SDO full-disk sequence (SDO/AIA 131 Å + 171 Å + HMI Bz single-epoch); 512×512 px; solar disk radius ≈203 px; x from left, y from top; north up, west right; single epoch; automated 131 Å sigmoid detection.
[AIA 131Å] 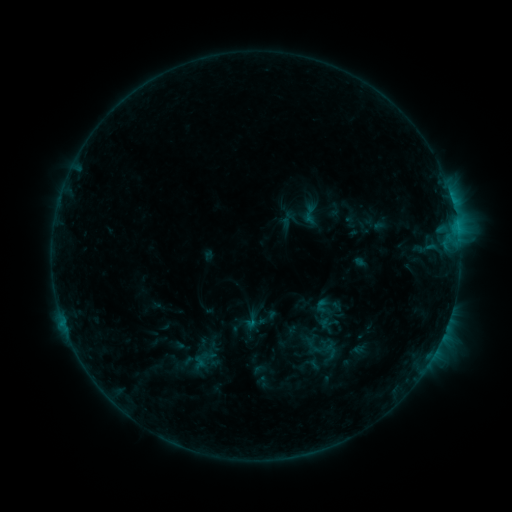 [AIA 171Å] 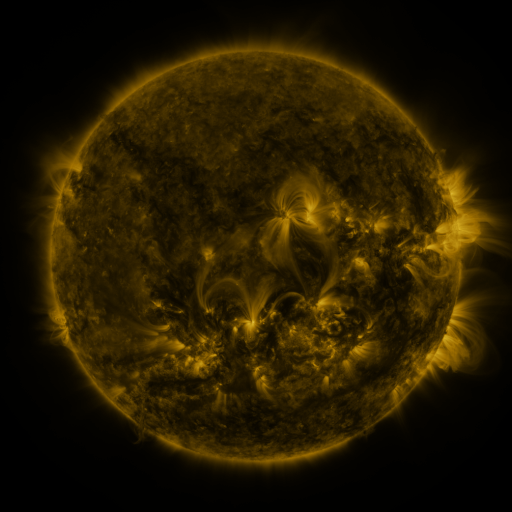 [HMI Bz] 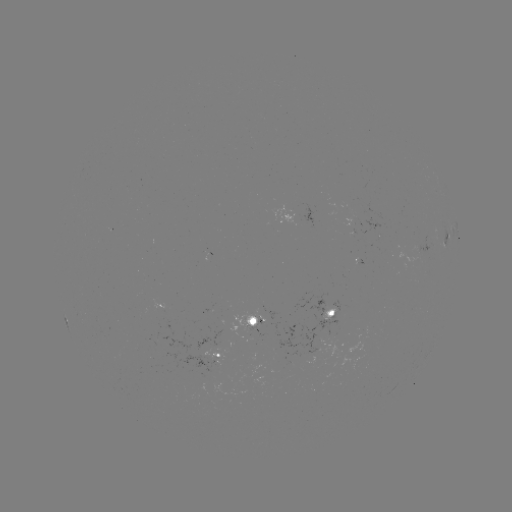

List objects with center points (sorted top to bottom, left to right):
sigmoid: [295, 202, 323, 226]
